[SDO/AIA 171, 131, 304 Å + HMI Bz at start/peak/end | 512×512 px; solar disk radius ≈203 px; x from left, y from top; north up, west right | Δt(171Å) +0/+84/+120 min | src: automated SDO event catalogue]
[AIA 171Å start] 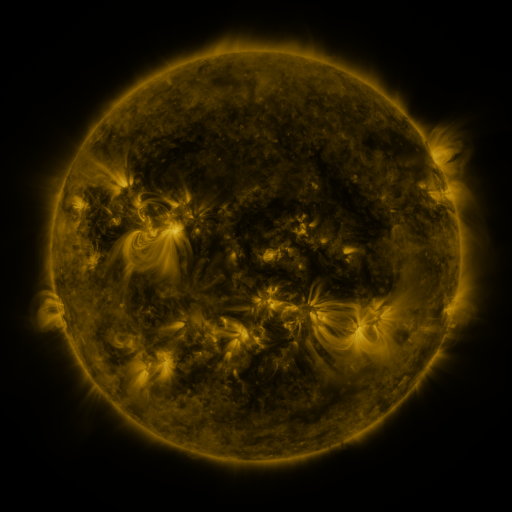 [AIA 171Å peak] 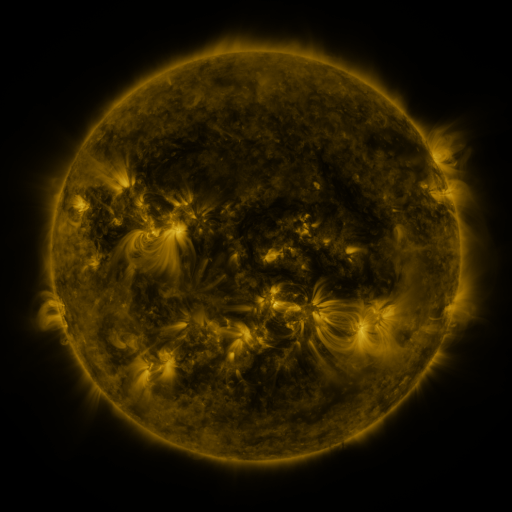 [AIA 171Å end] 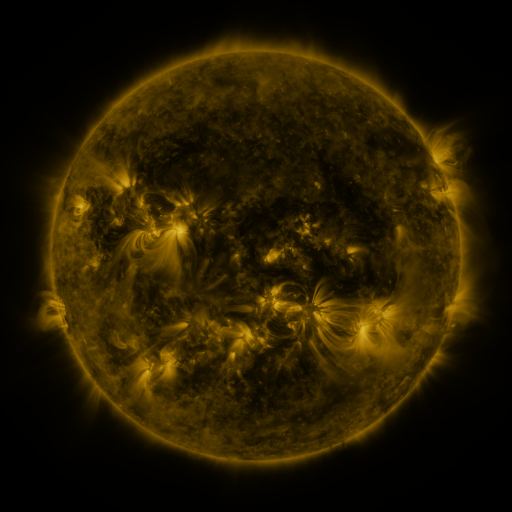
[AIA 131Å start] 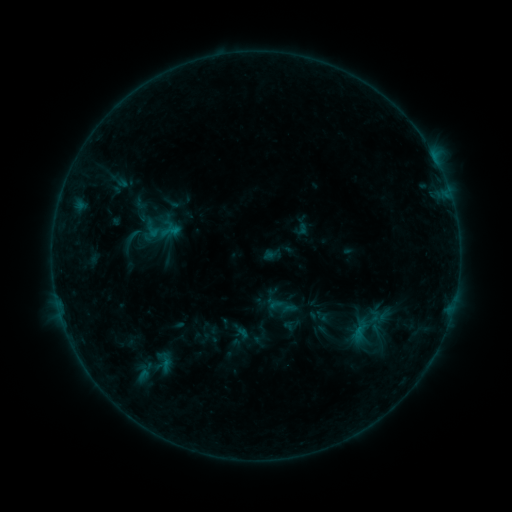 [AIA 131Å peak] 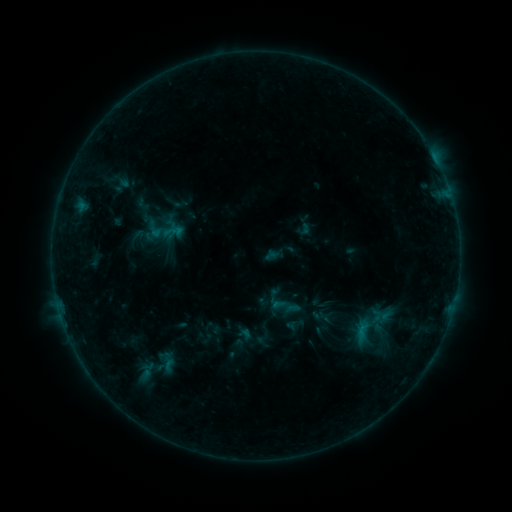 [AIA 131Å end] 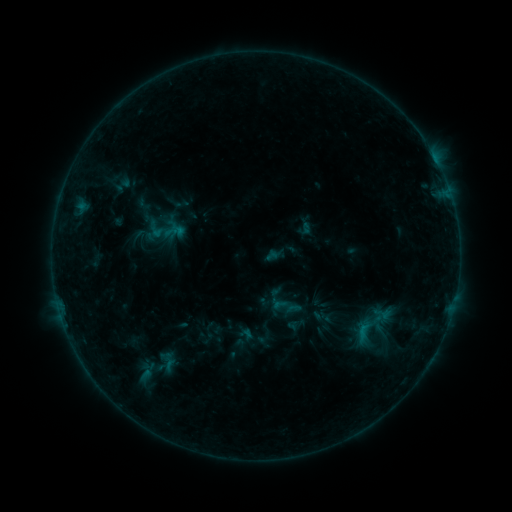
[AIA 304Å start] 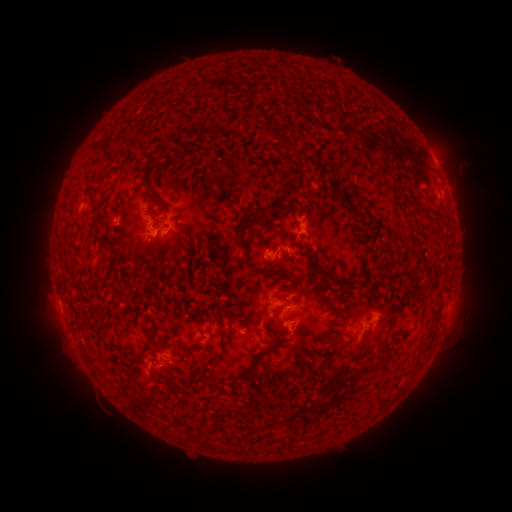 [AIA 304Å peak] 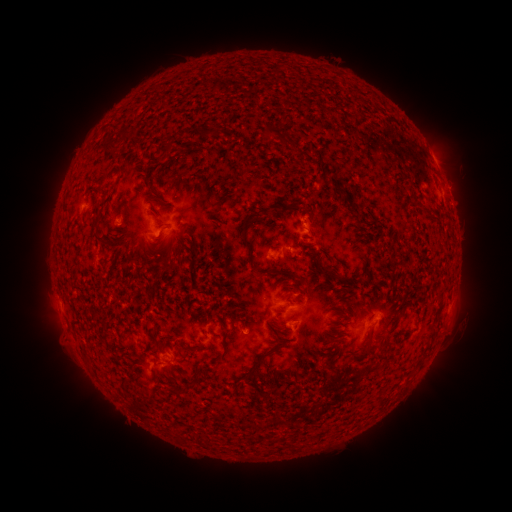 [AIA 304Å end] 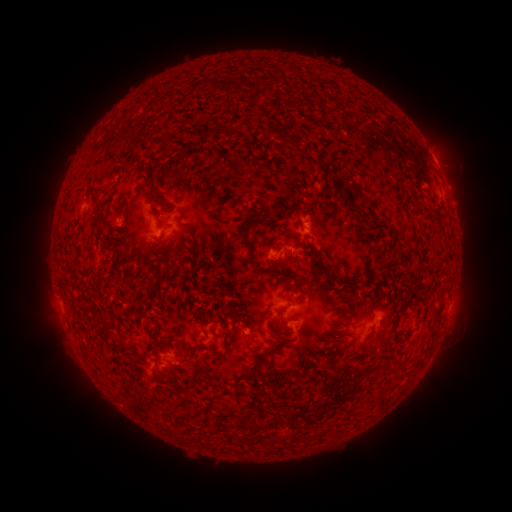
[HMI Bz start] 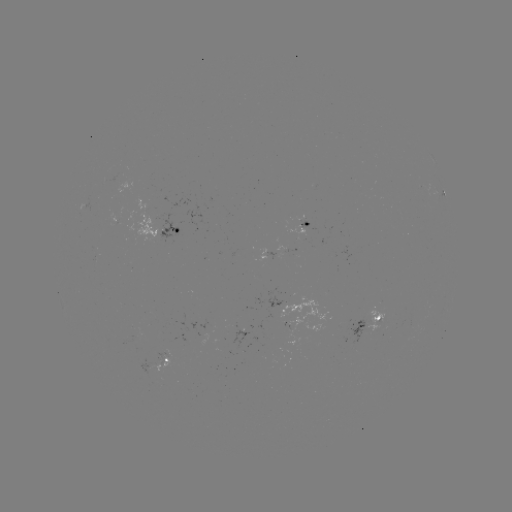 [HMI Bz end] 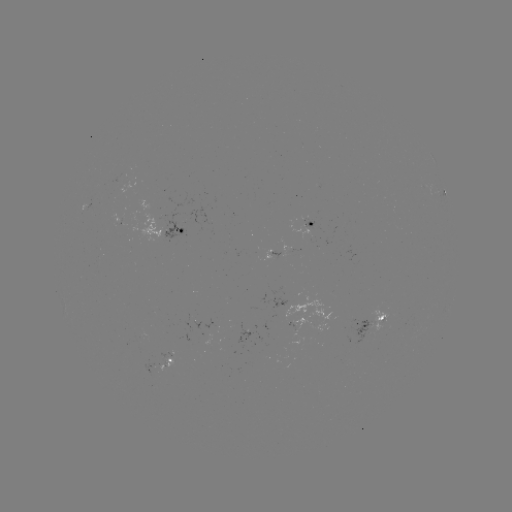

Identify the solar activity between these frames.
emerging-flux region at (380, 319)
